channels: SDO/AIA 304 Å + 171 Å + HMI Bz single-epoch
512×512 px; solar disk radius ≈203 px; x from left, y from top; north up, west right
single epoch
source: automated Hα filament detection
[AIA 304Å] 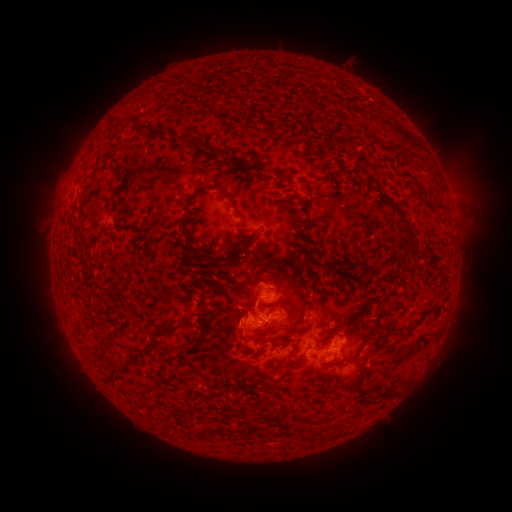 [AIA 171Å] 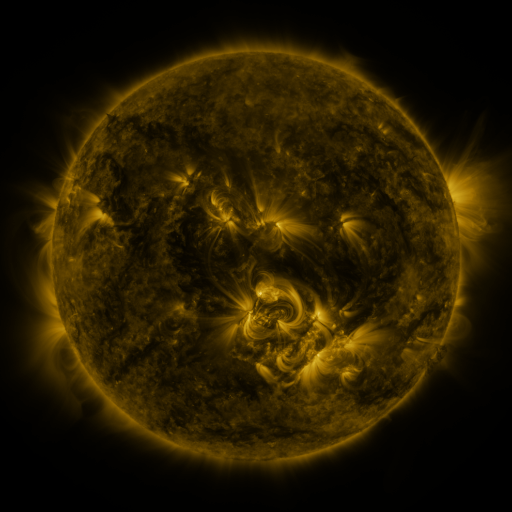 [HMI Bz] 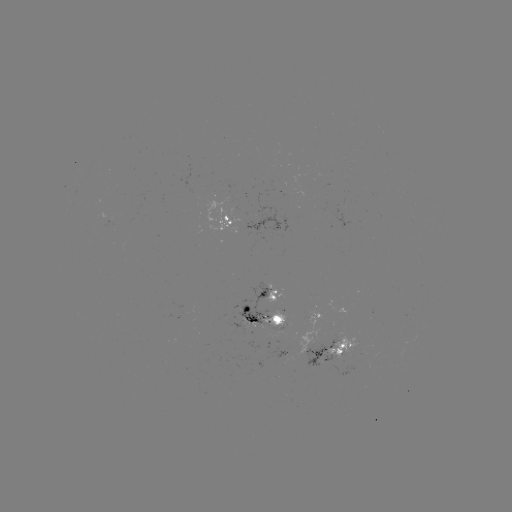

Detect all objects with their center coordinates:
filament: (161, 132)
filament: (226, 192)
filament: (395, 206)
filament: (410, 235)
filament: (293, 300)
filament: (276, 309)
filament: (252, 321)
filament: (402, 333)
filament: (266, 339)
filament: (293, 351)
